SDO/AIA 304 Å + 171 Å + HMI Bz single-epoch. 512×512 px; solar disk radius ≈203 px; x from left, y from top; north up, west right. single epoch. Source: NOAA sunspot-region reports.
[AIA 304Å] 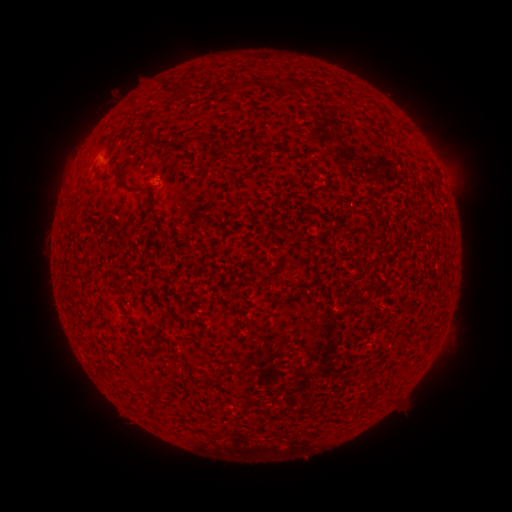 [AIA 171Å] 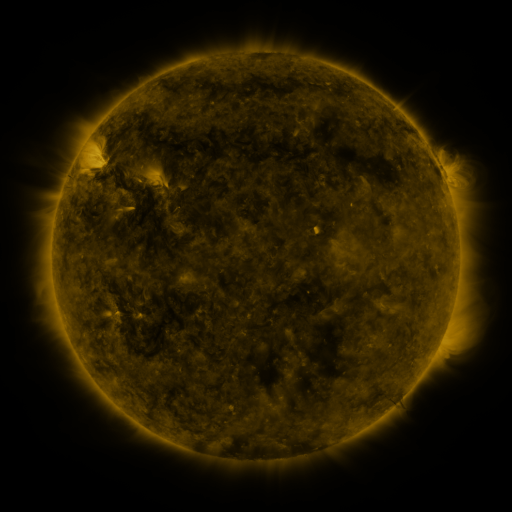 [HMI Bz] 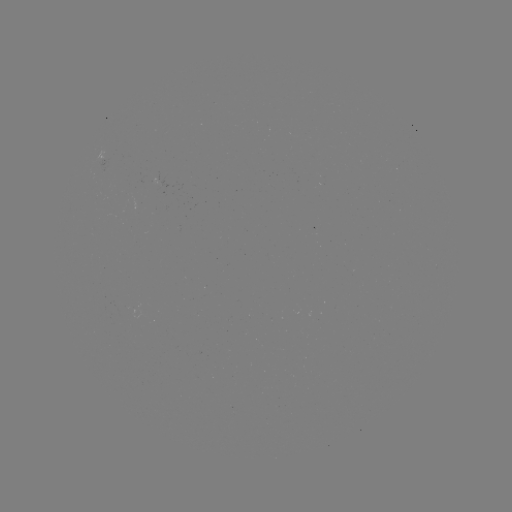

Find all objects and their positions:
(none)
